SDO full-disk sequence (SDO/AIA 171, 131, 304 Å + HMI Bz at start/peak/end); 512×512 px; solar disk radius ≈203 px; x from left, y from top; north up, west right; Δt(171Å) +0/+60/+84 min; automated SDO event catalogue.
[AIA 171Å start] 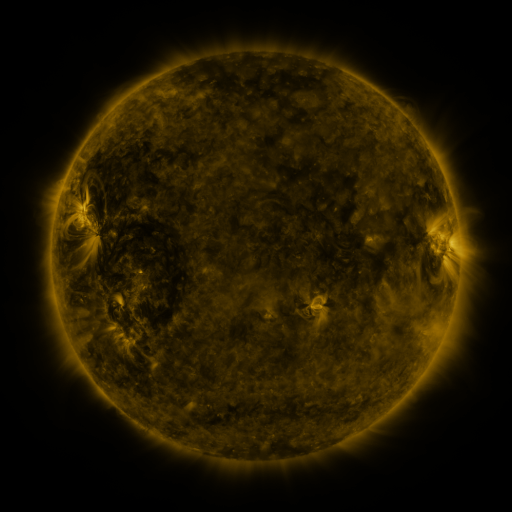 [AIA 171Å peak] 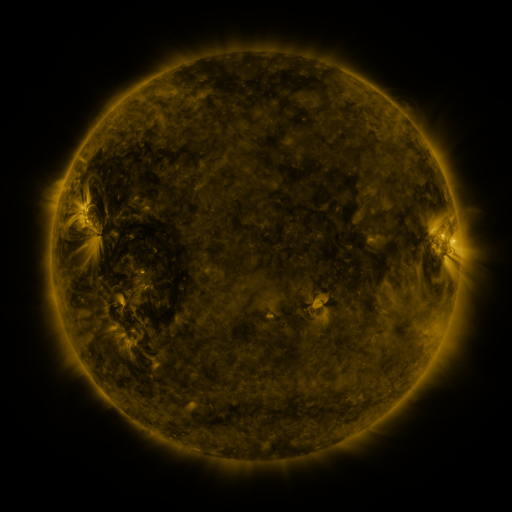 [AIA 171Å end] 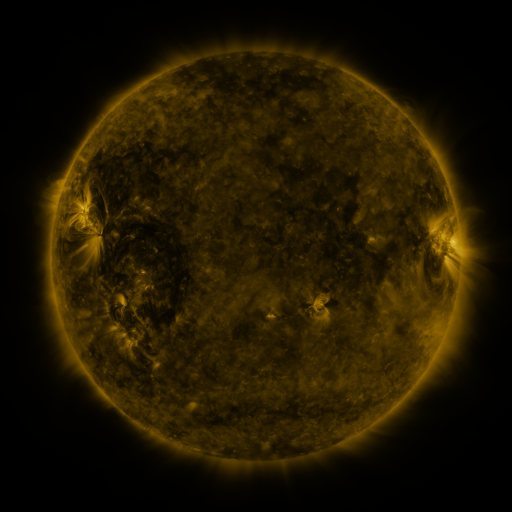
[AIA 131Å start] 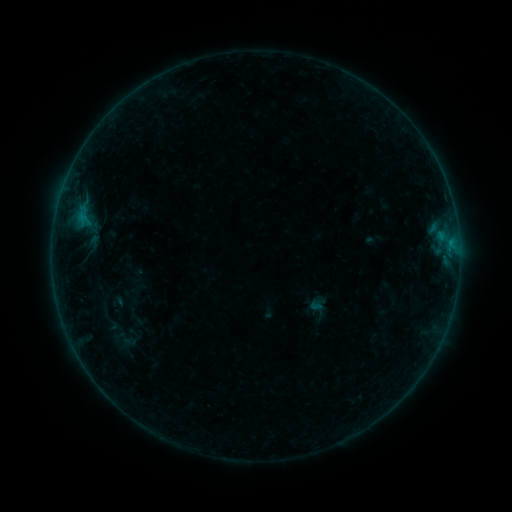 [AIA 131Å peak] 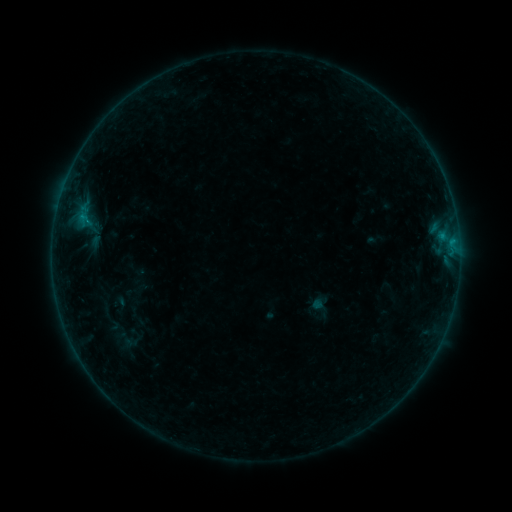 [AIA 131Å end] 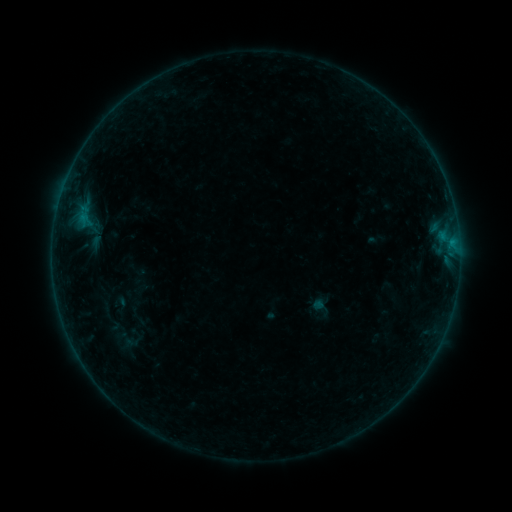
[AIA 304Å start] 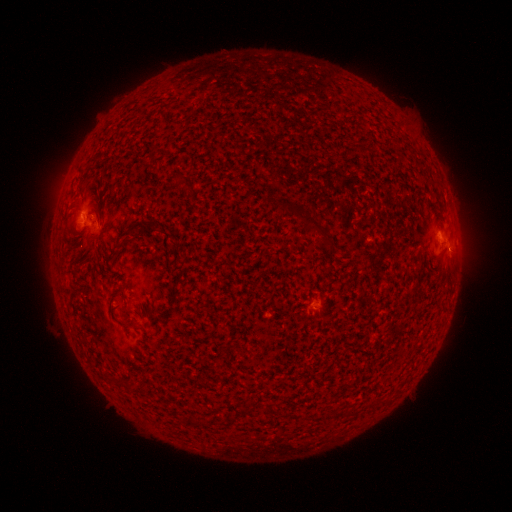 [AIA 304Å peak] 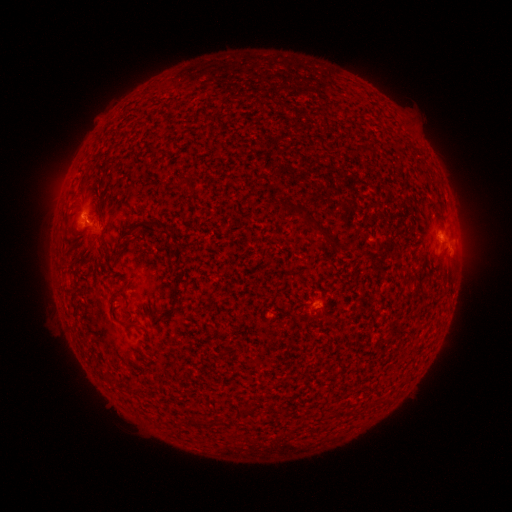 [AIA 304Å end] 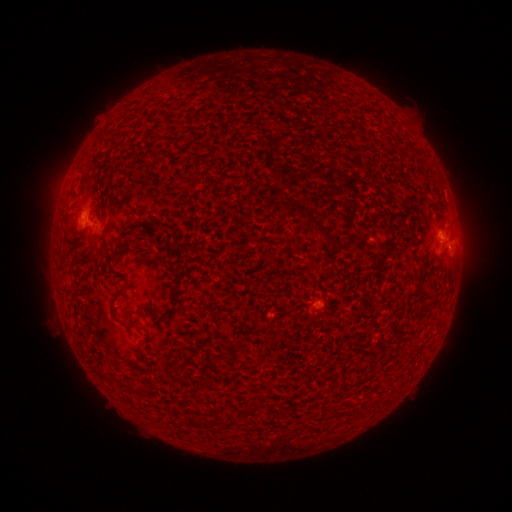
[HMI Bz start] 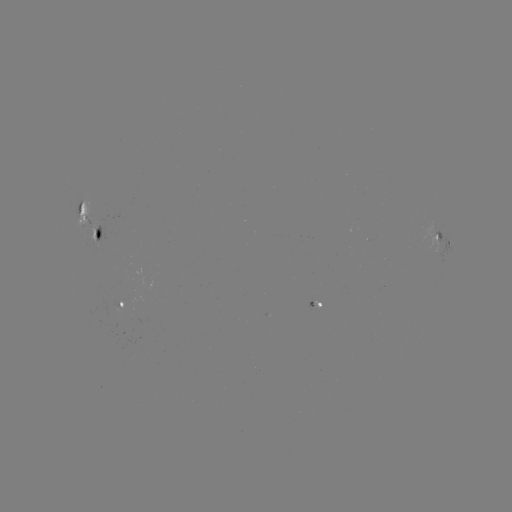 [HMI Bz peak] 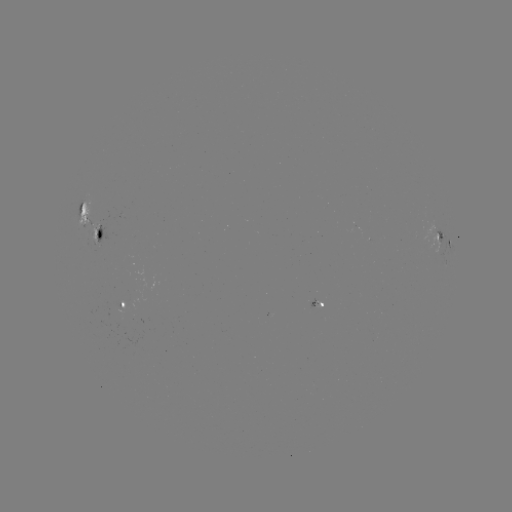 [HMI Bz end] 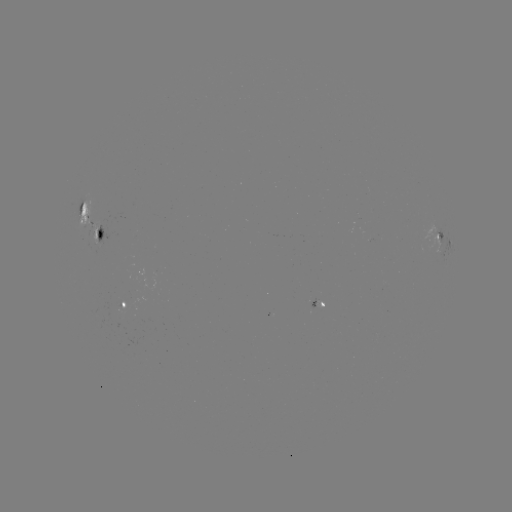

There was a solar emerging-flux region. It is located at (121, 308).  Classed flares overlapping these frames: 1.